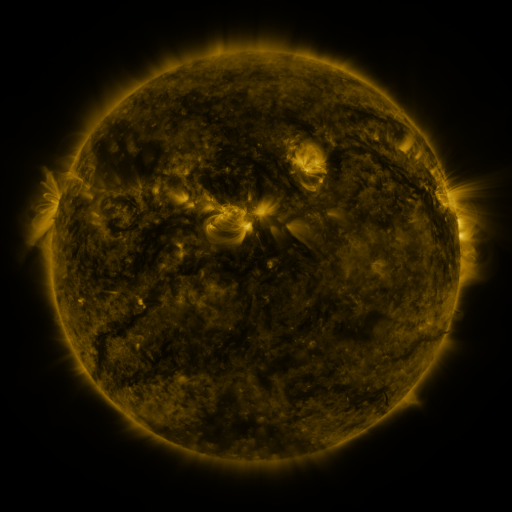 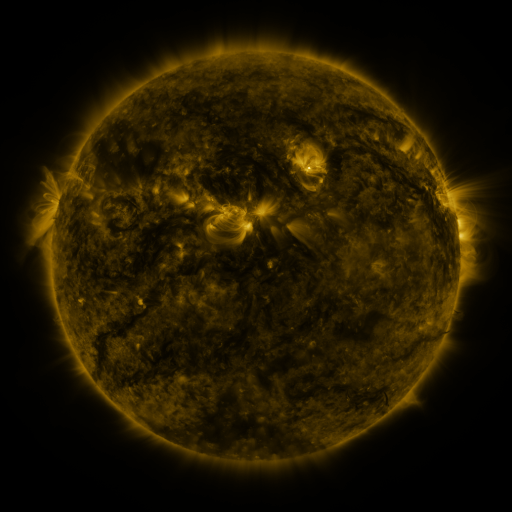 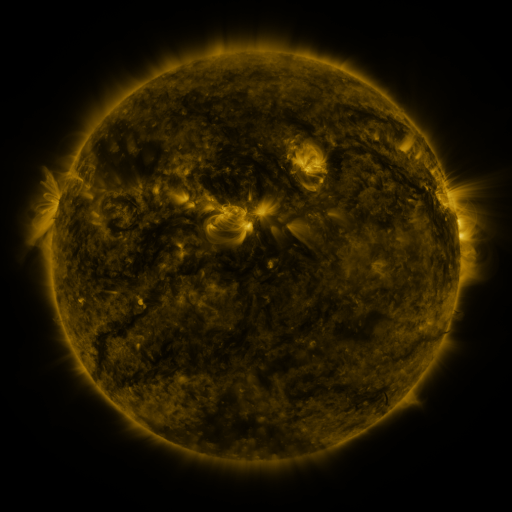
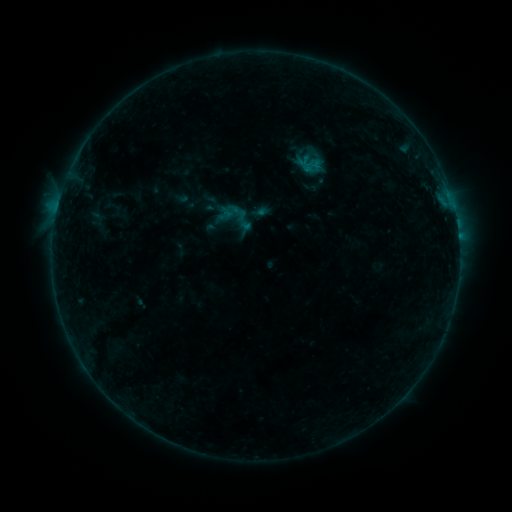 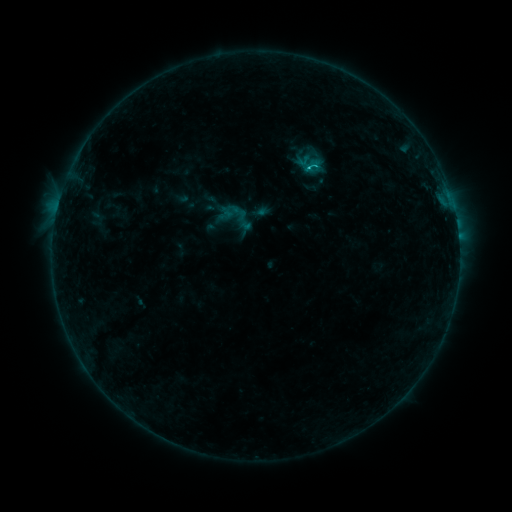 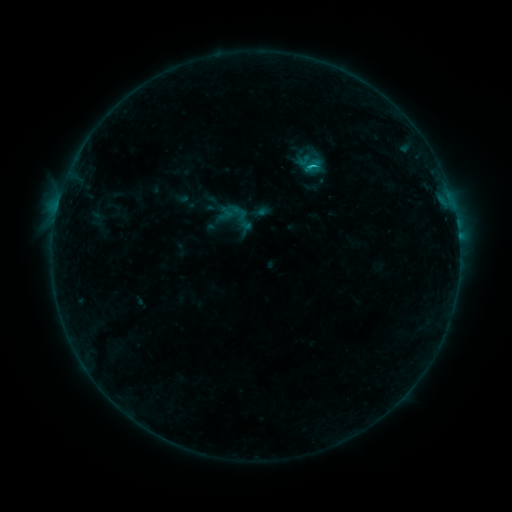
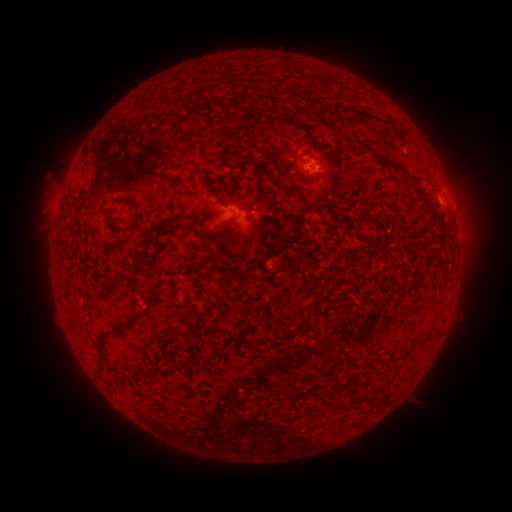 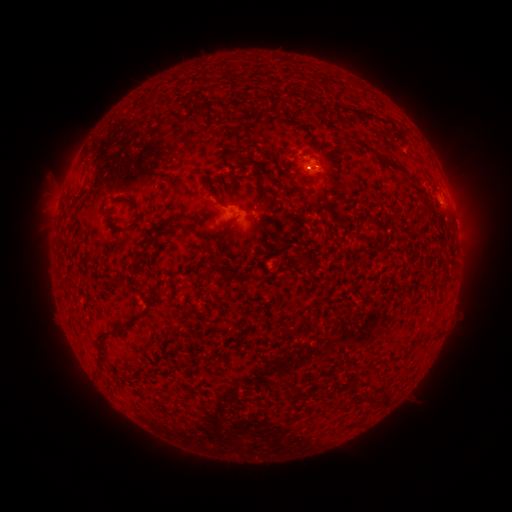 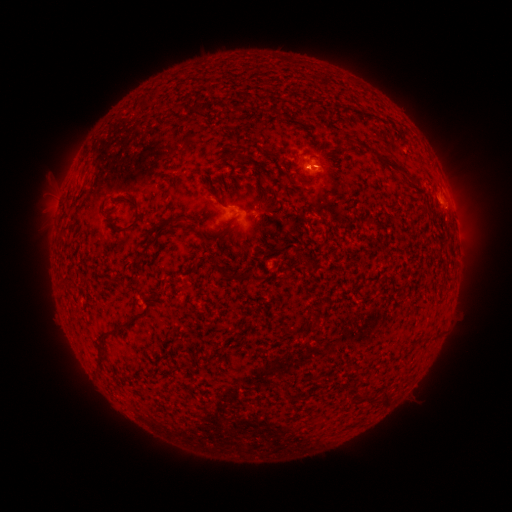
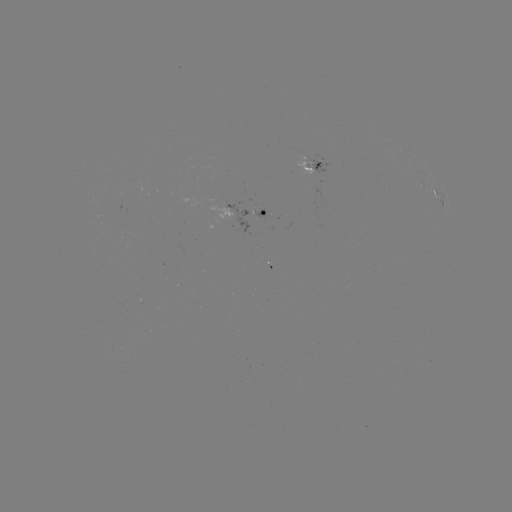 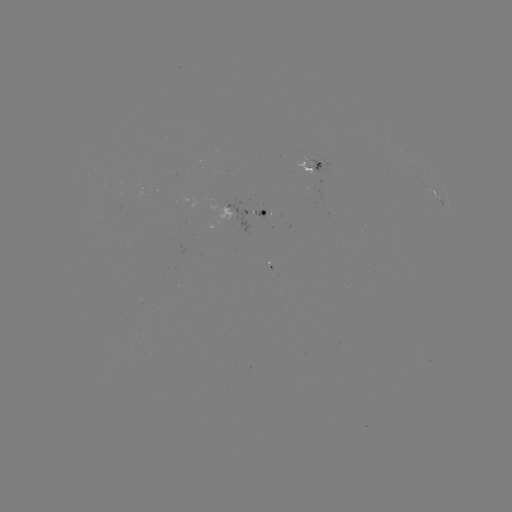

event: flare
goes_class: C1.0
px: (309, 170)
